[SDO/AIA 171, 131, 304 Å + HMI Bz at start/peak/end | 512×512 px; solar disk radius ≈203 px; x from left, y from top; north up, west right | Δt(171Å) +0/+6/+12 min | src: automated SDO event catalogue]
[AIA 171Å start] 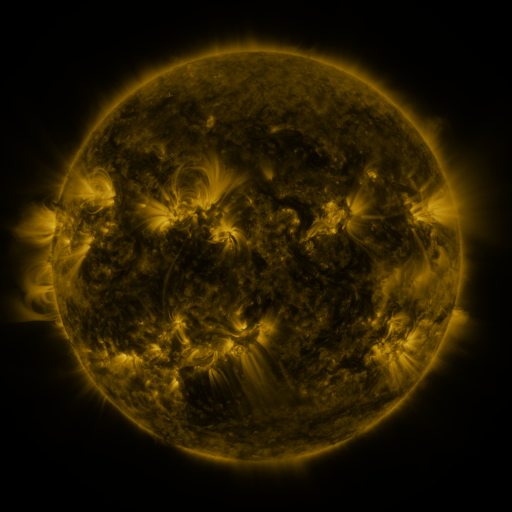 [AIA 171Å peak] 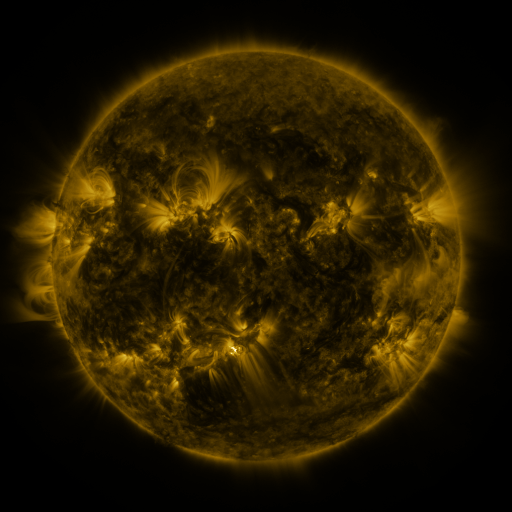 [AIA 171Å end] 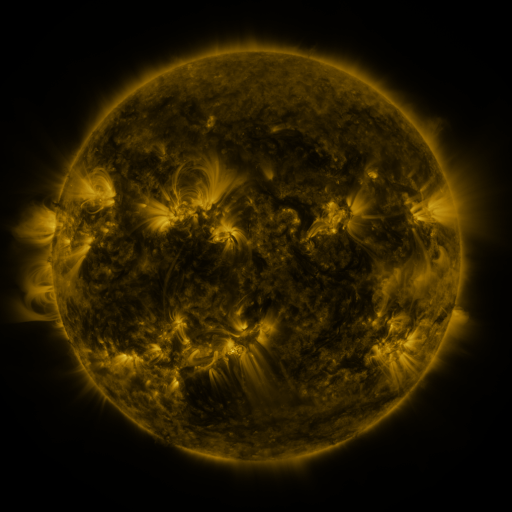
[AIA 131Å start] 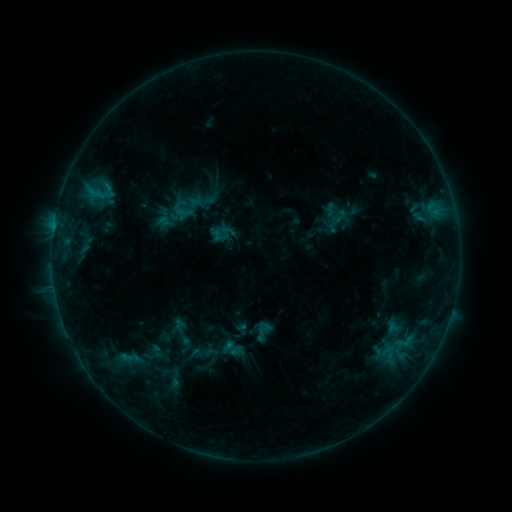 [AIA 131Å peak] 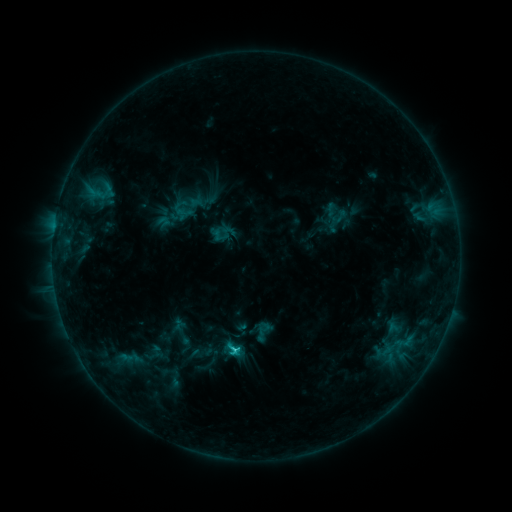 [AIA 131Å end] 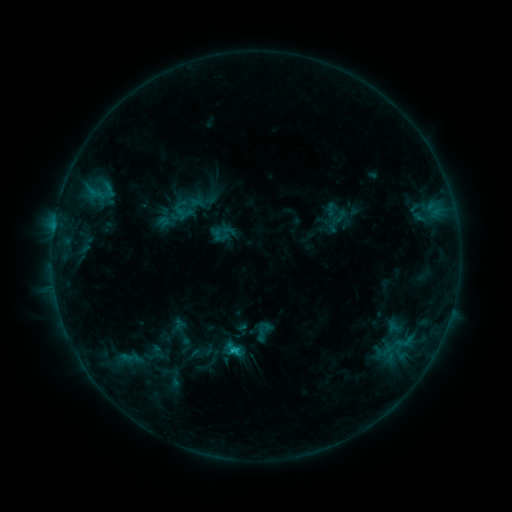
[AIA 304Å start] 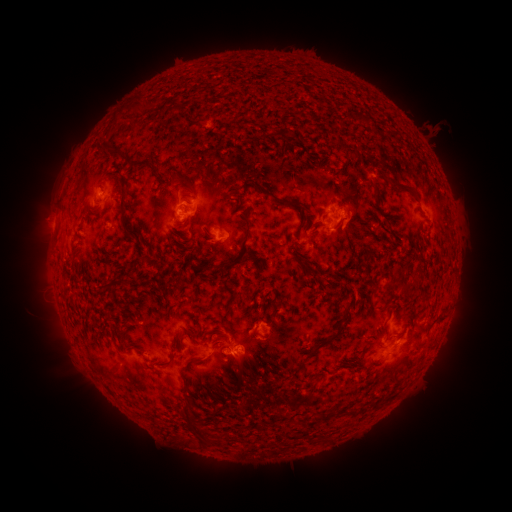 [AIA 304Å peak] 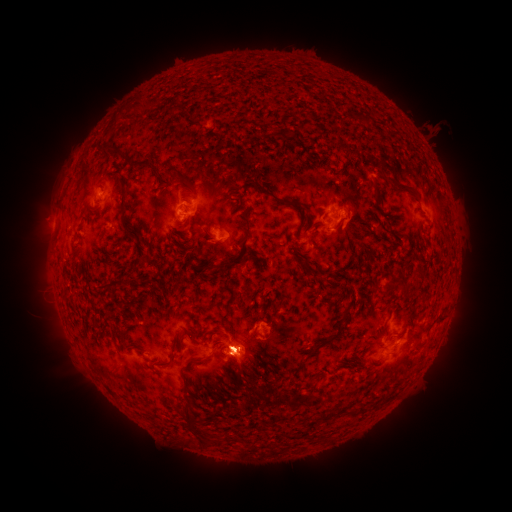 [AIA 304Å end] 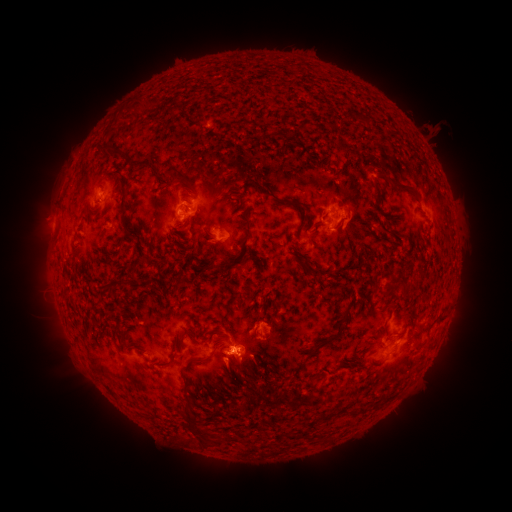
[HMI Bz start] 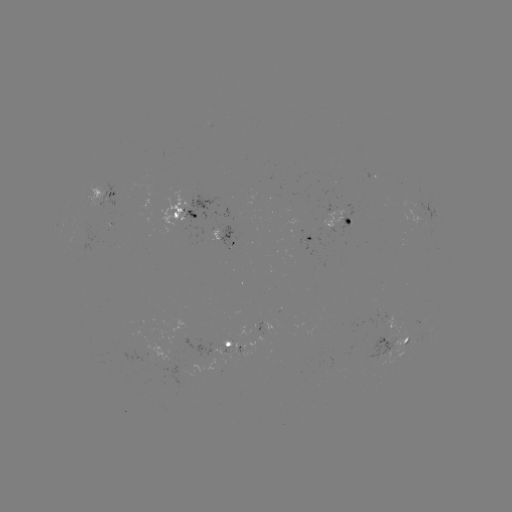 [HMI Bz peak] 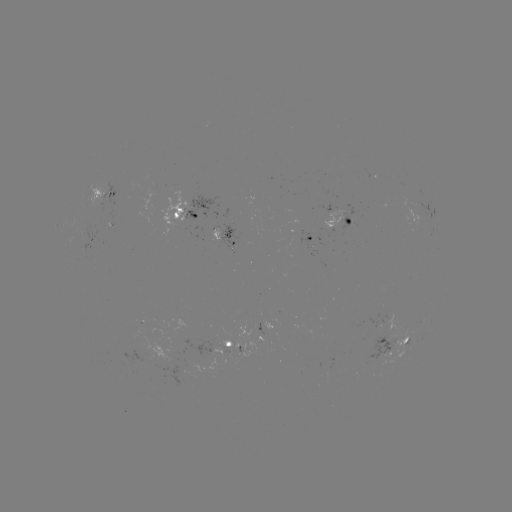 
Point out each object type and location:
eruption: (249, 369)
